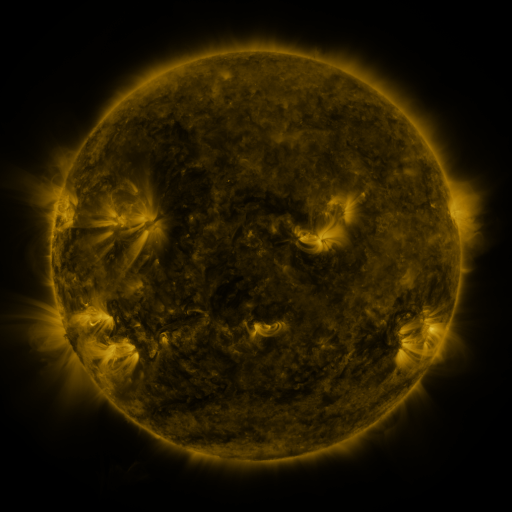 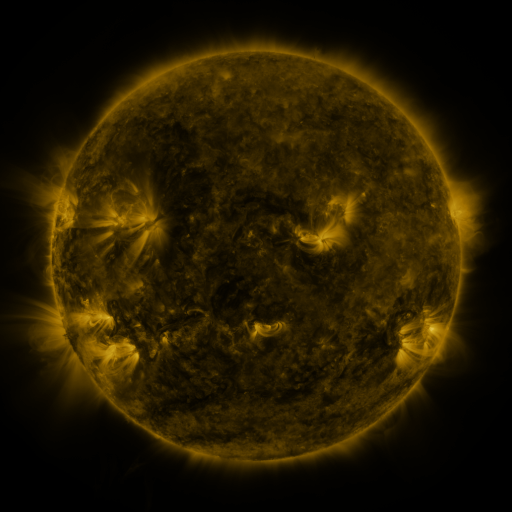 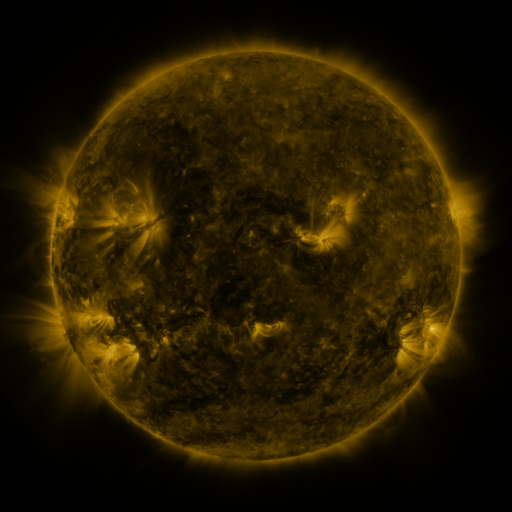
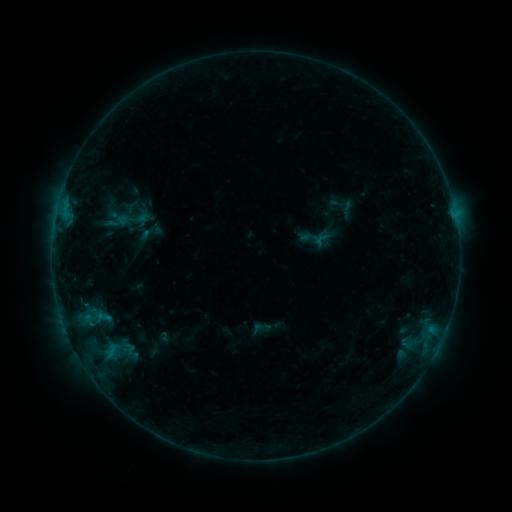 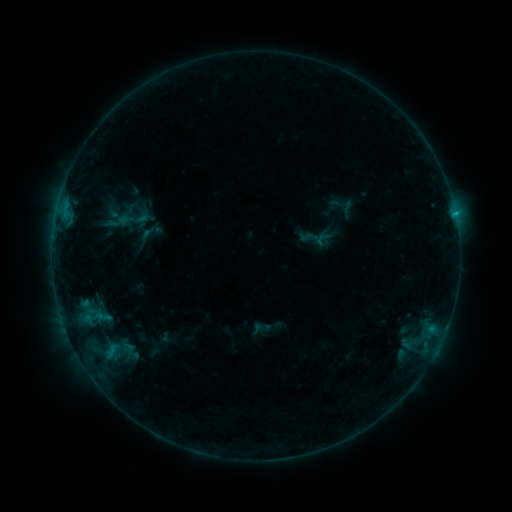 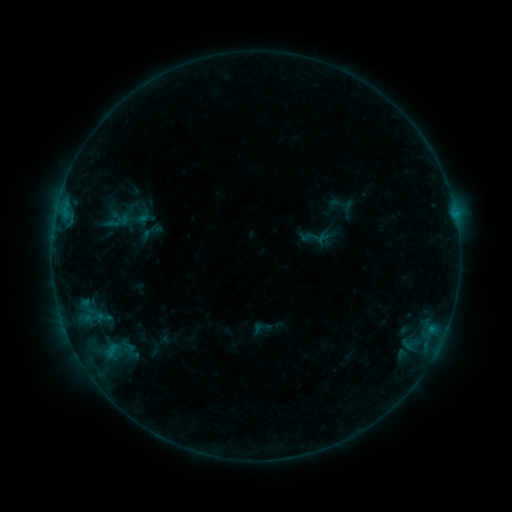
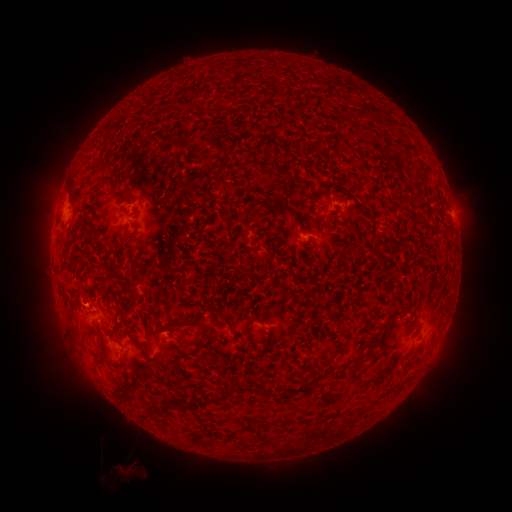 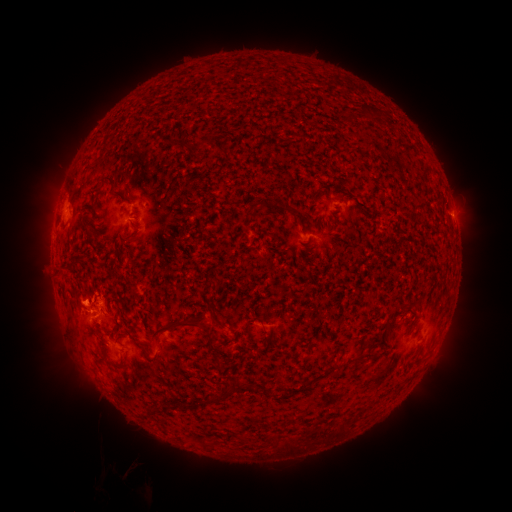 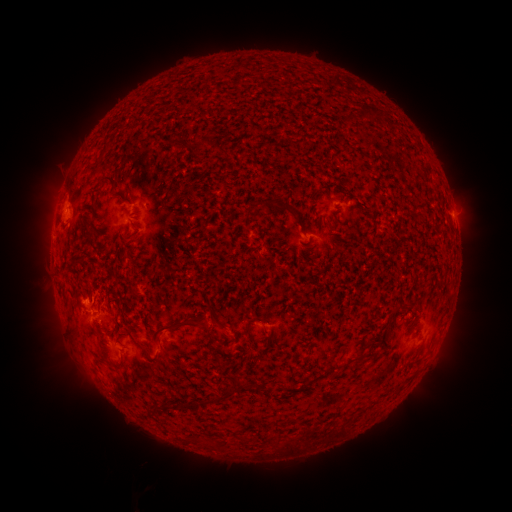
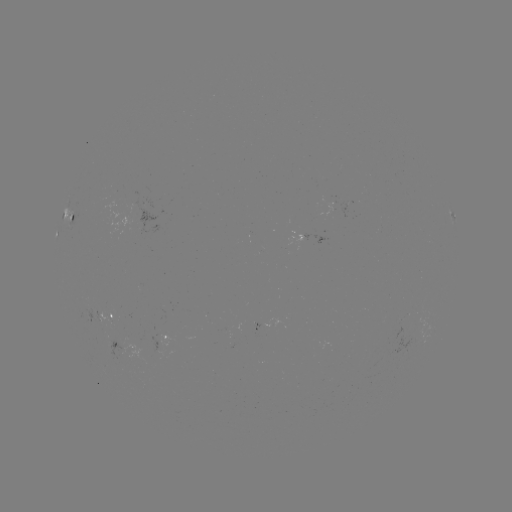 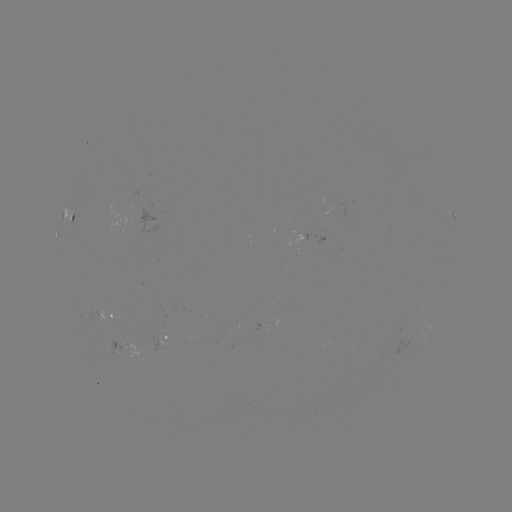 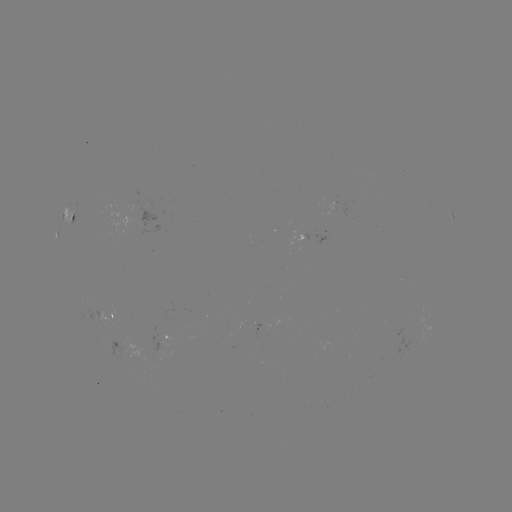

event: flare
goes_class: B6.6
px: (455, 217)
